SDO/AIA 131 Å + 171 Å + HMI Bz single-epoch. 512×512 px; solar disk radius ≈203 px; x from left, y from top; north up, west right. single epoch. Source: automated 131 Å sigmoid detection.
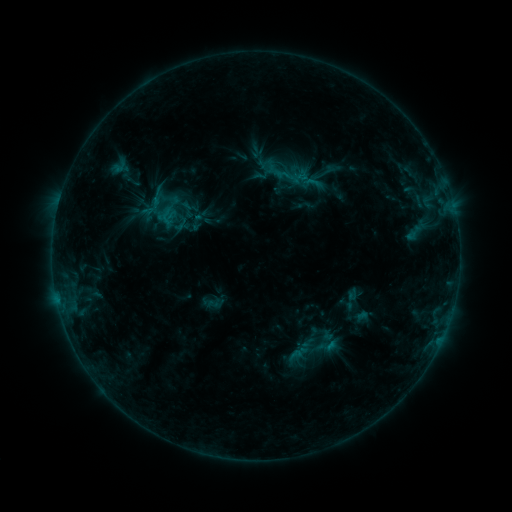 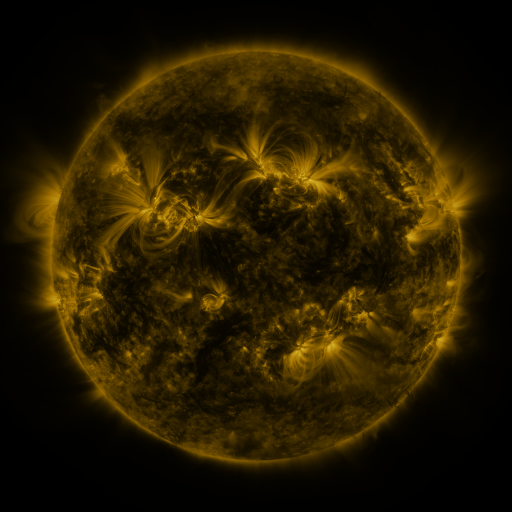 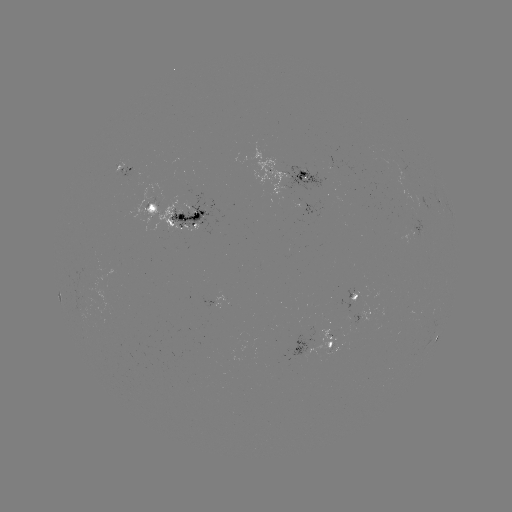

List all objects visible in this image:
sigmoid: (320, 175)
sigmoid: (327, 346)
